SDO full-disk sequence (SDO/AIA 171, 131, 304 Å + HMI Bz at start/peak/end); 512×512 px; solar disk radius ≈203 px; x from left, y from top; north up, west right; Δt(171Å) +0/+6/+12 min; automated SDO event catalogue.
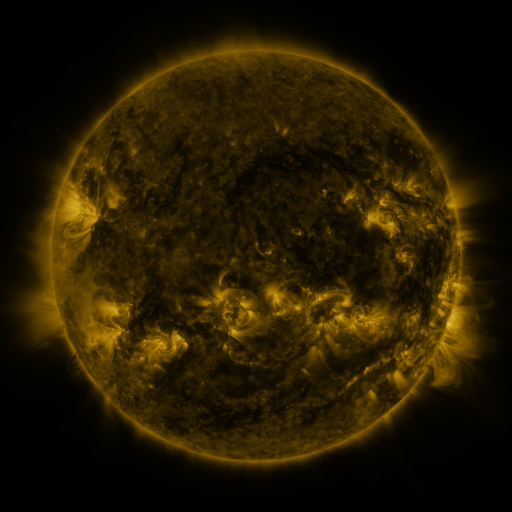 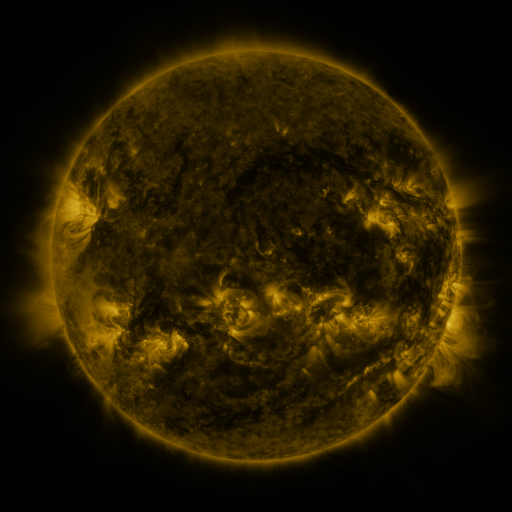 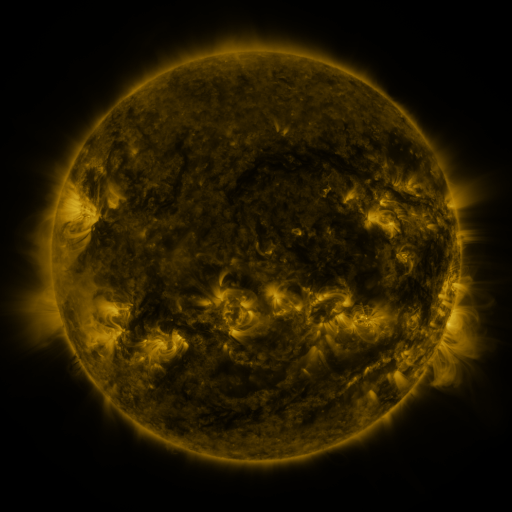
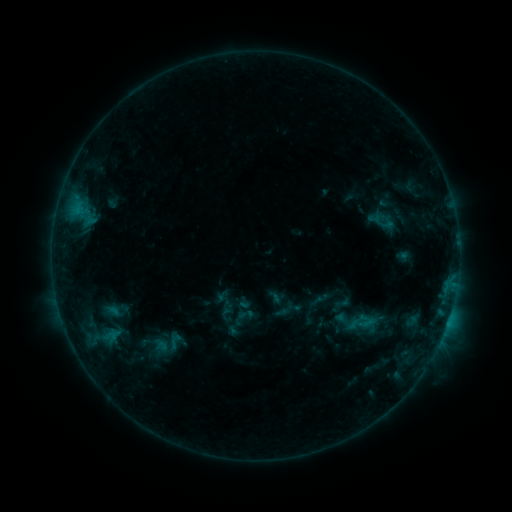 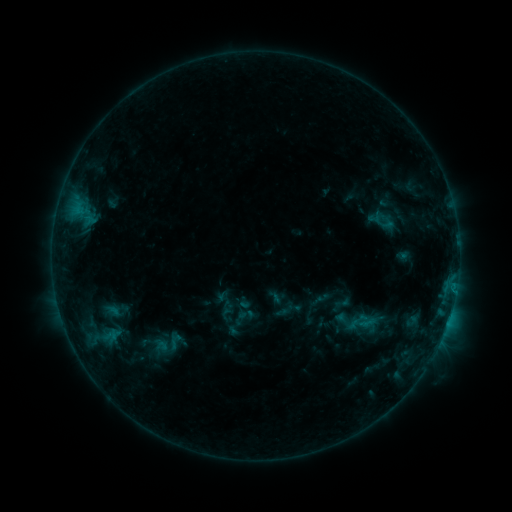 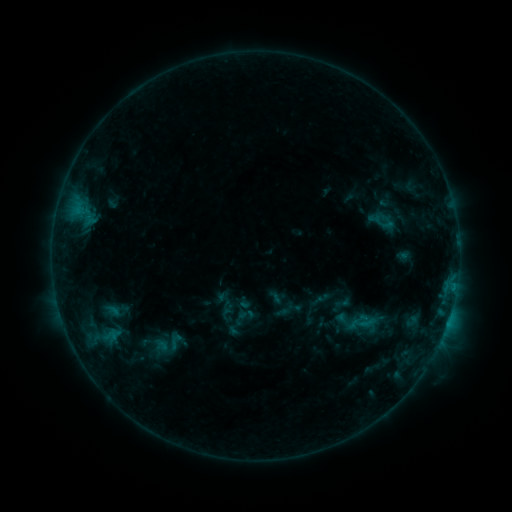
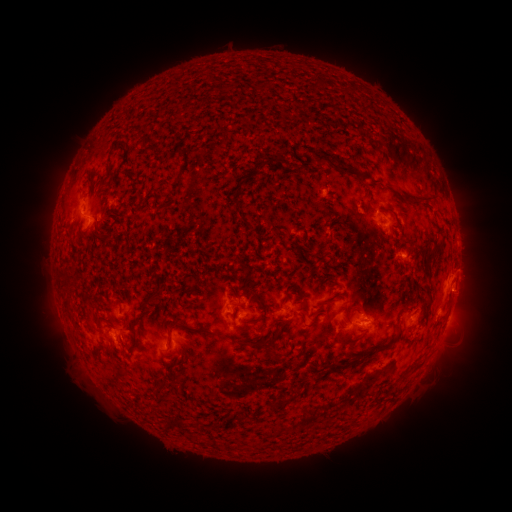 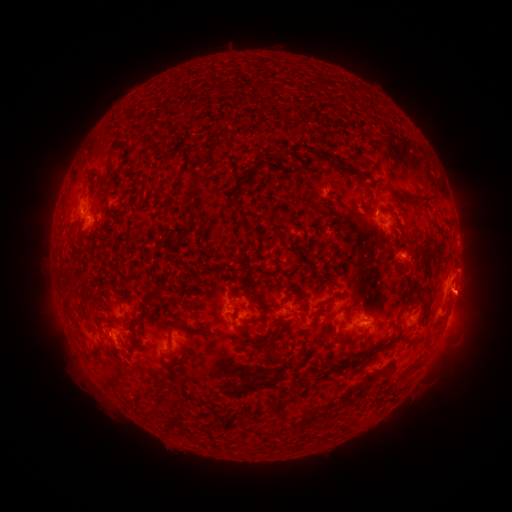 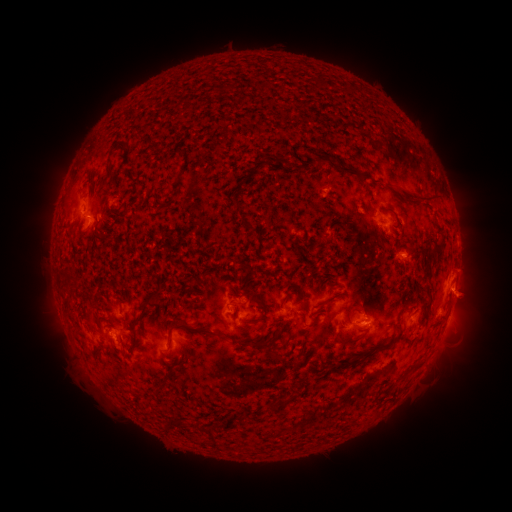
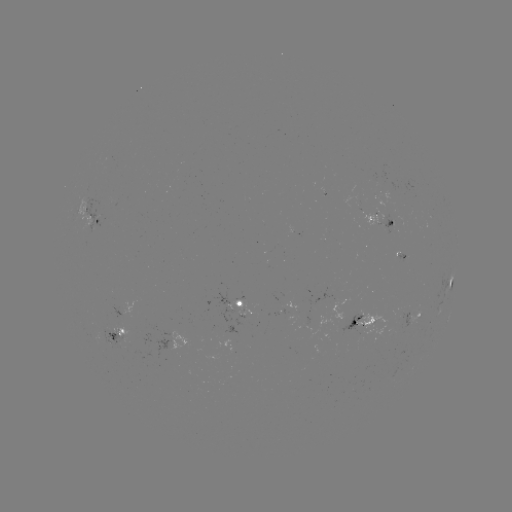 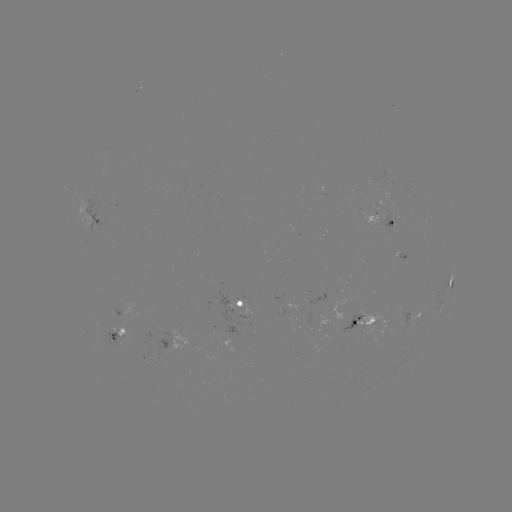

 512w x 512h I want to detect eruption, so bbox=[445, 251, 498, 321].